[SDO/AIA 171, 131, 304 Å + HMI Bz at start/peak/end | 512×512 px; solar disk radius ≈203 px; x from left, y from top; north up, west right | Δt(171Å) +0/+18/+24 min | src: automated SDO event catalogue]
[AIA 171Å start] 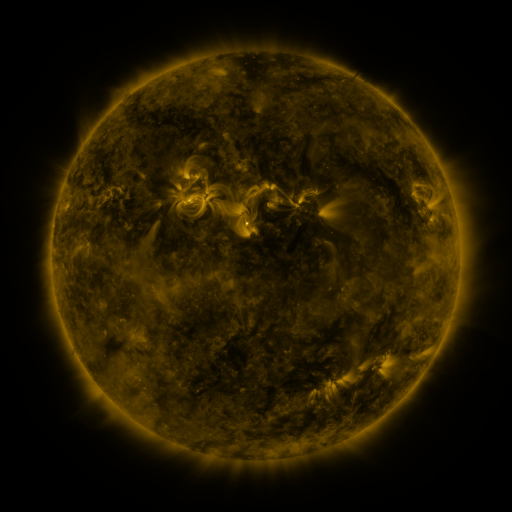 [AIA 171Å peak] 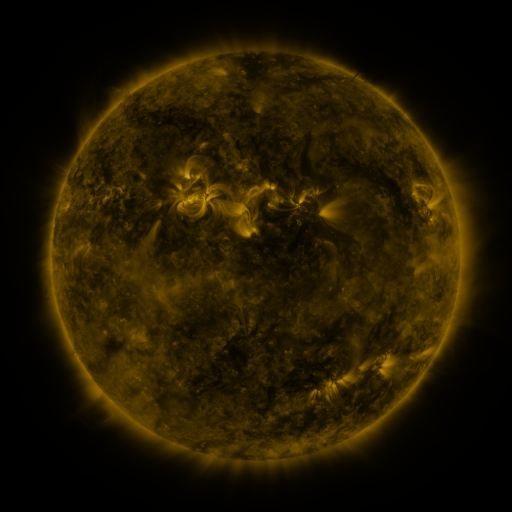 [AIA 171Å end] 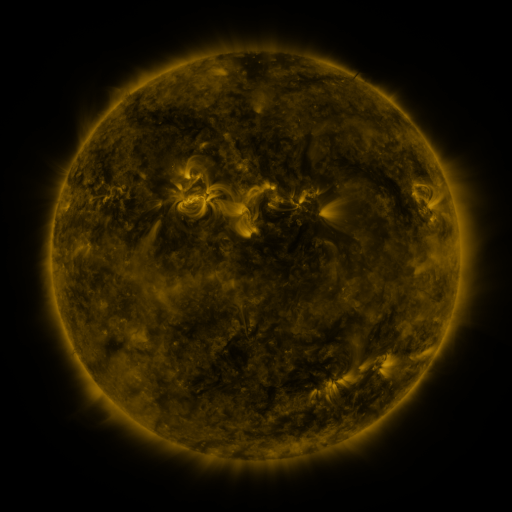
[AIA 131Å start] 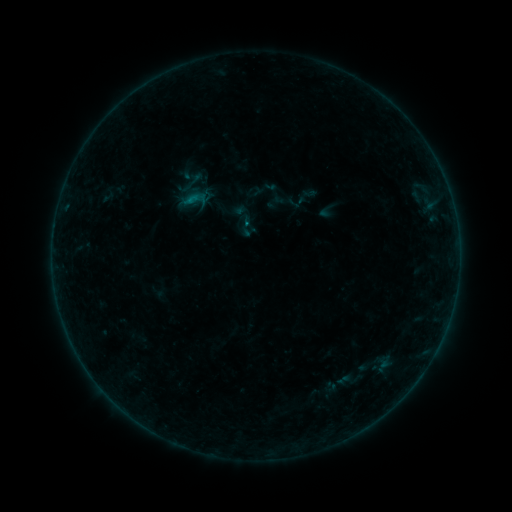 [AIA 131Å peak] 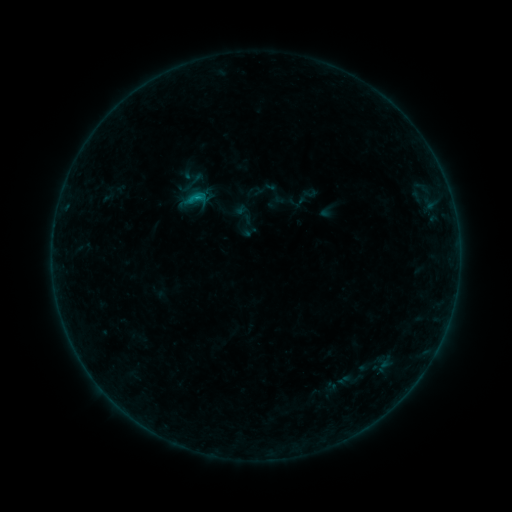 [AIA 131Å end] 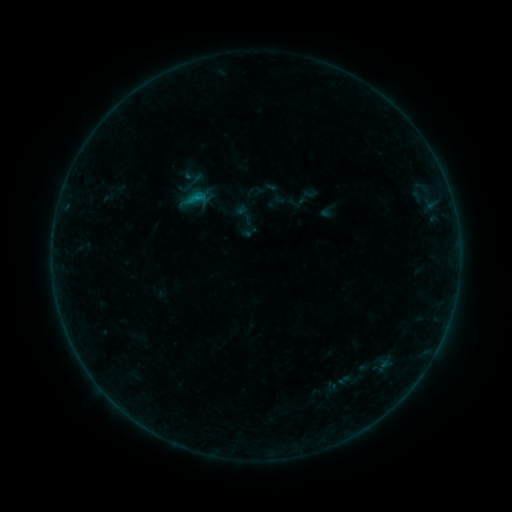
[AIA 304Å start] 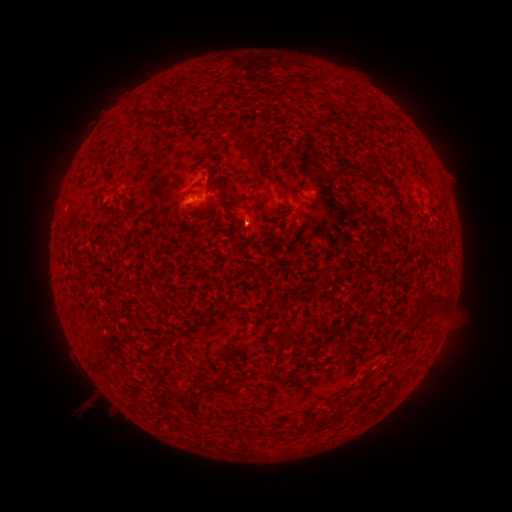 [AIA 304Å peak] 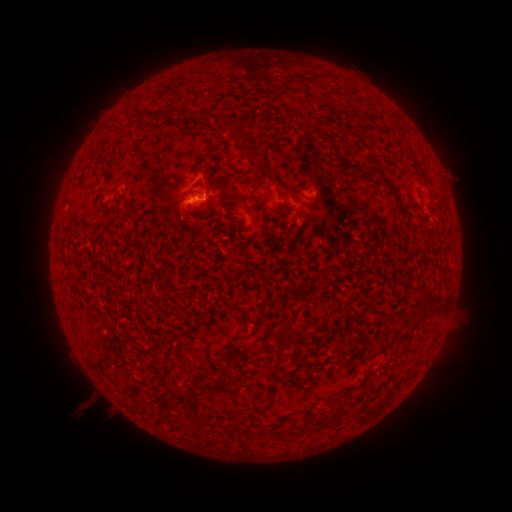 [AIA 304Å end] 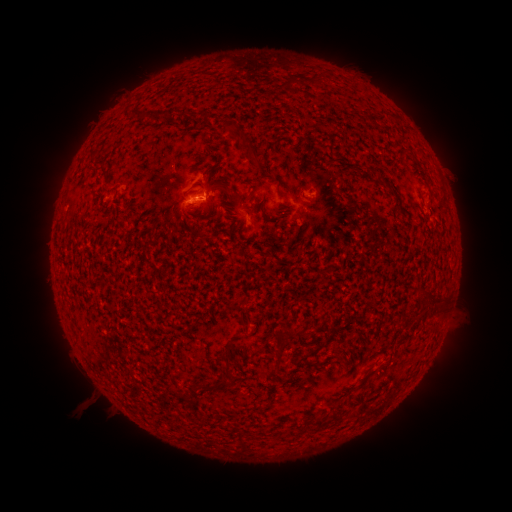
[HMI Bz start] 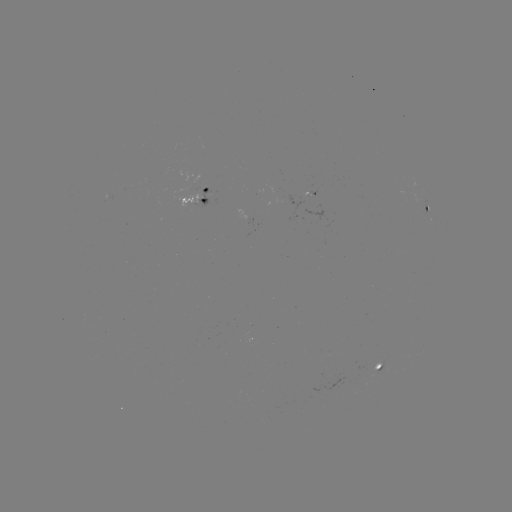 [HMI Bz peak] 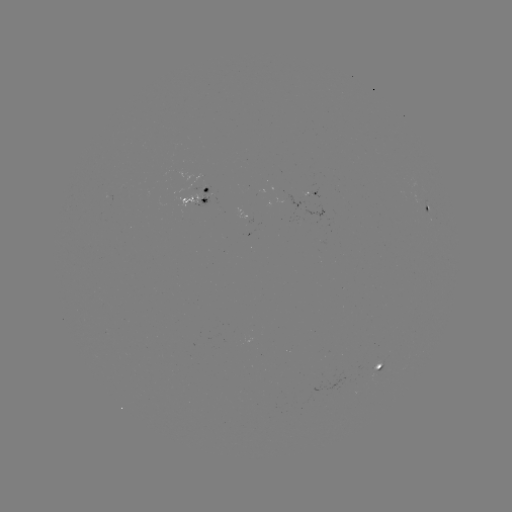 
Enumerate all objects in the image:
B4.1 flare: (196, 202)
